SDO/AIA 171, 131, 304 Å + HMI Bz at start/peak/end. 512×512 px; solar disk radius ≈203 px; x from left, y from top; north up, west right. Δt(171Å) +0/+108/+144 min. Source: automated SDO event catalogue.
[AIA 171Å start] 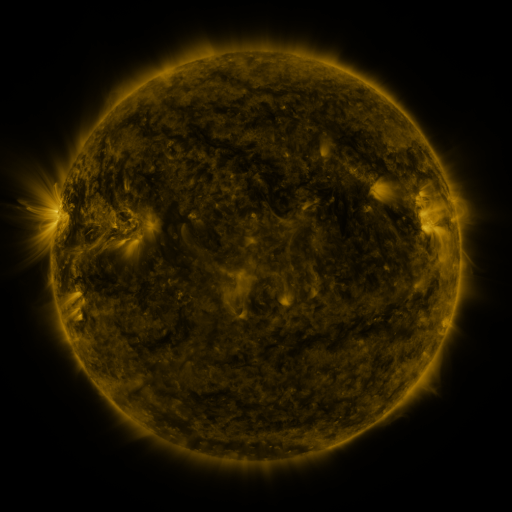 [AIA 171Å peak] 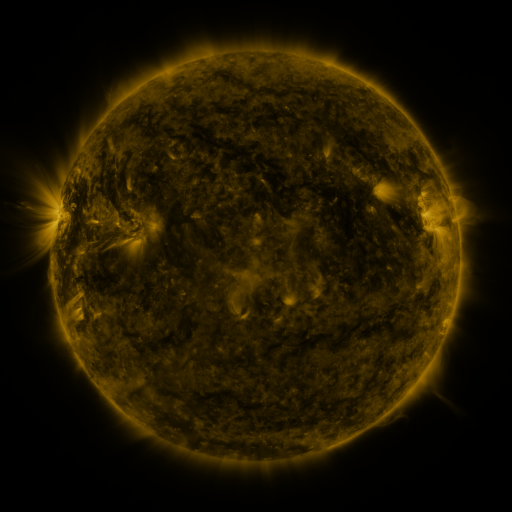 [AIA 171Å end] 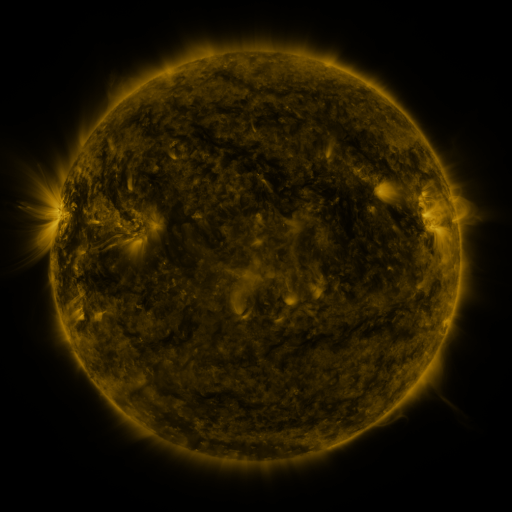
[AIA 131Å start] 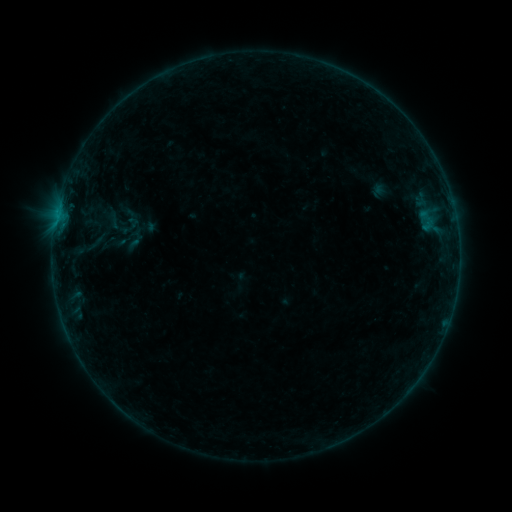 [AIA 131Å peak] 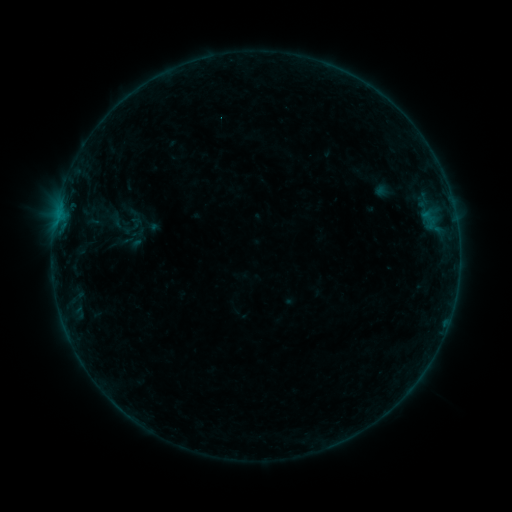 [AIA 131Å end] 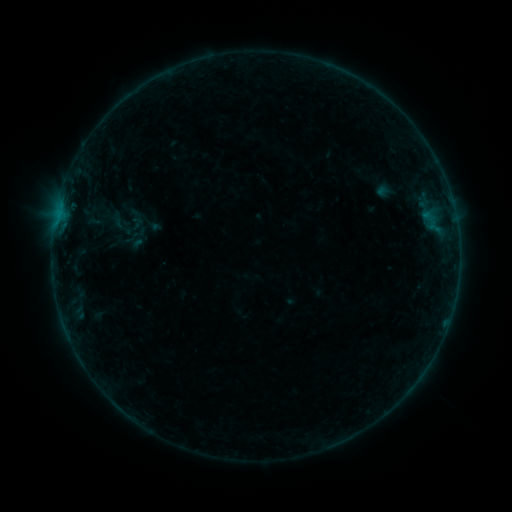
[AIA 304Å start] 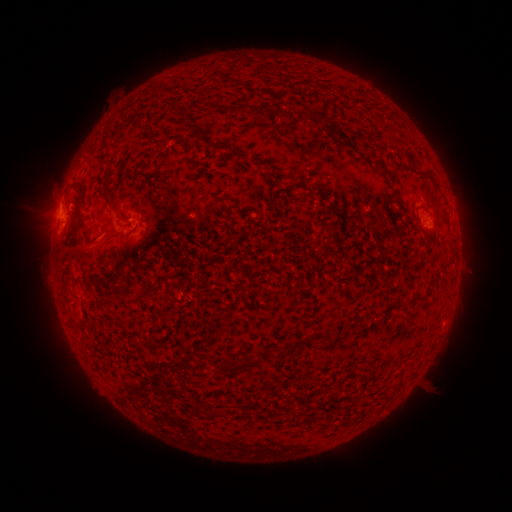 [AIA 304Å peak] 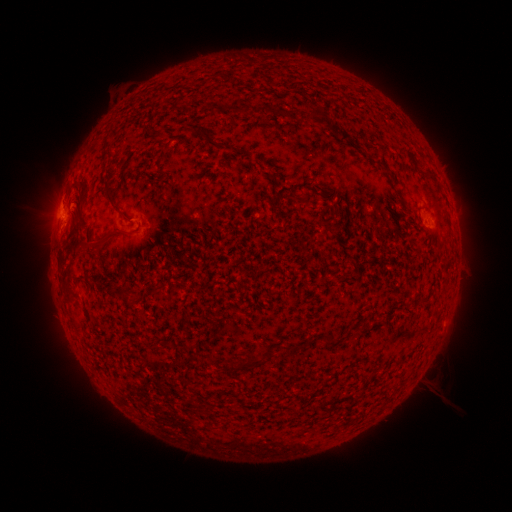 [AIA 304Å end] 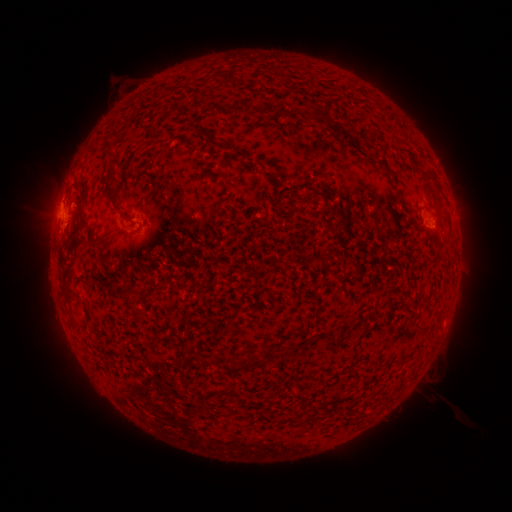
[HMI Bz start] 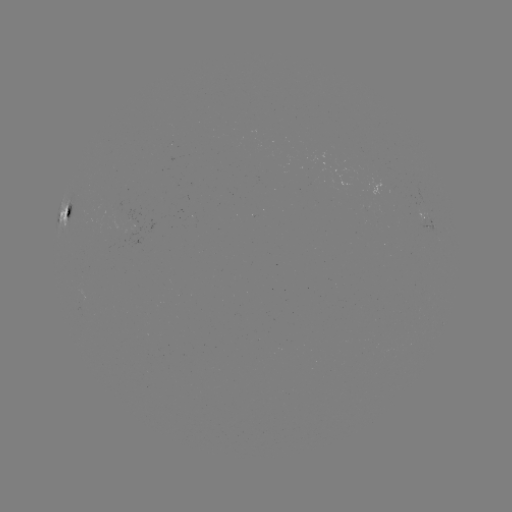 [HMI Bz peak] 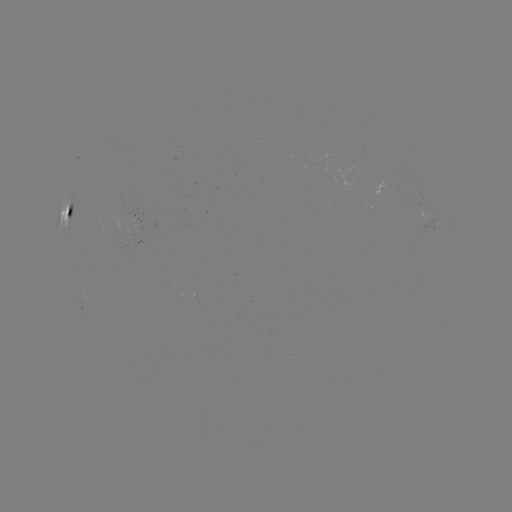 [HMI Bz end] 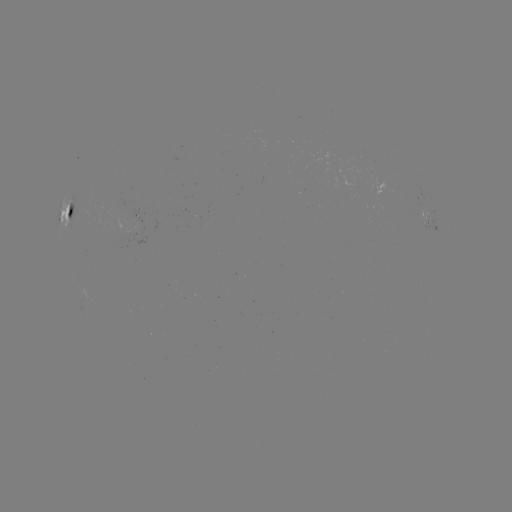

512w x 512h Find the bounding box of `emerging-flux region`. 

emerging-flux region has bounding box [125, 214, 143, 245].